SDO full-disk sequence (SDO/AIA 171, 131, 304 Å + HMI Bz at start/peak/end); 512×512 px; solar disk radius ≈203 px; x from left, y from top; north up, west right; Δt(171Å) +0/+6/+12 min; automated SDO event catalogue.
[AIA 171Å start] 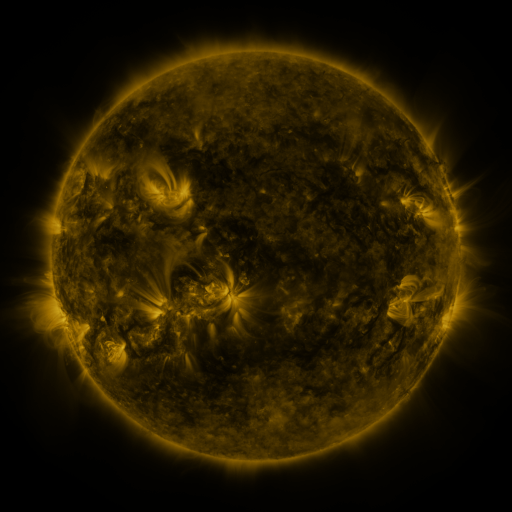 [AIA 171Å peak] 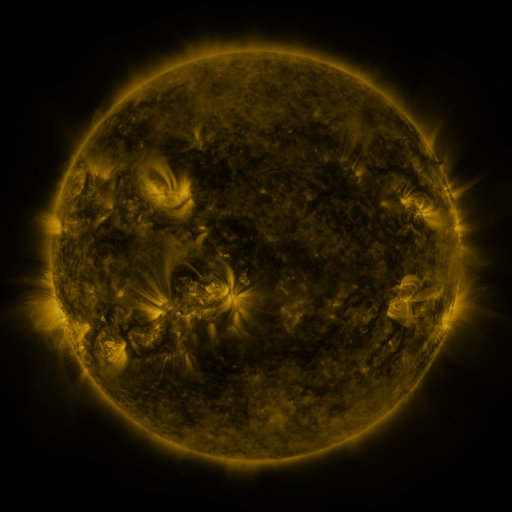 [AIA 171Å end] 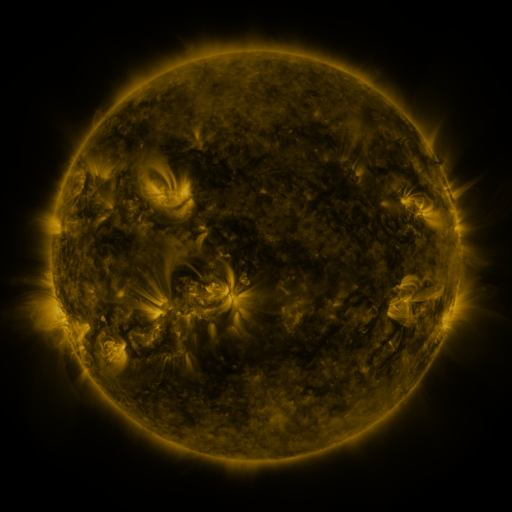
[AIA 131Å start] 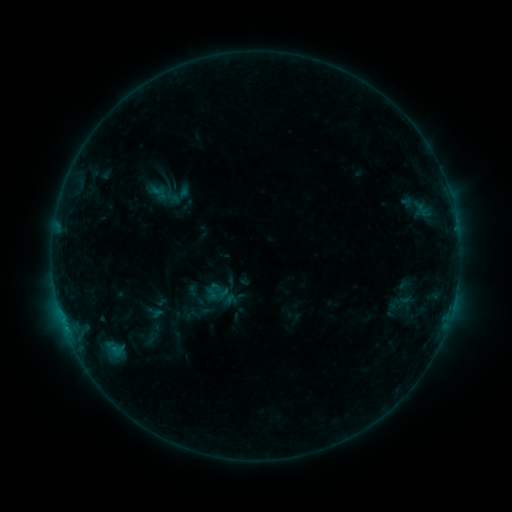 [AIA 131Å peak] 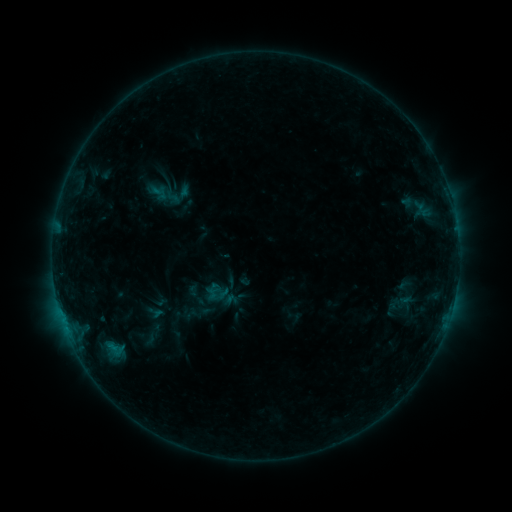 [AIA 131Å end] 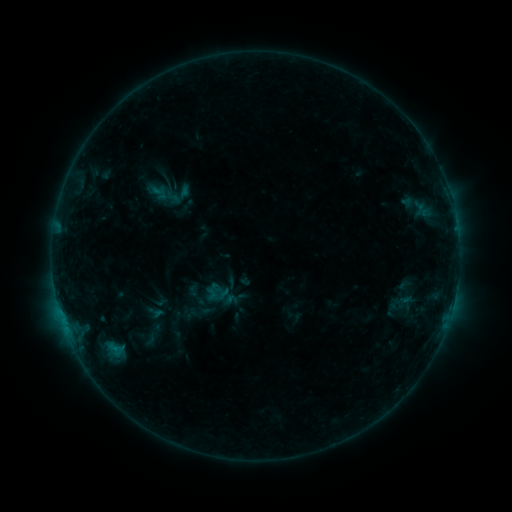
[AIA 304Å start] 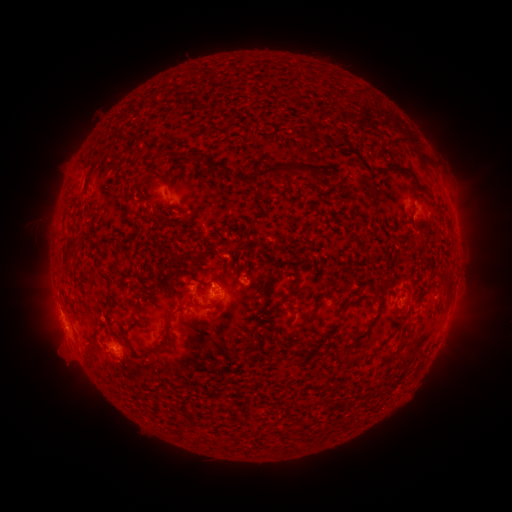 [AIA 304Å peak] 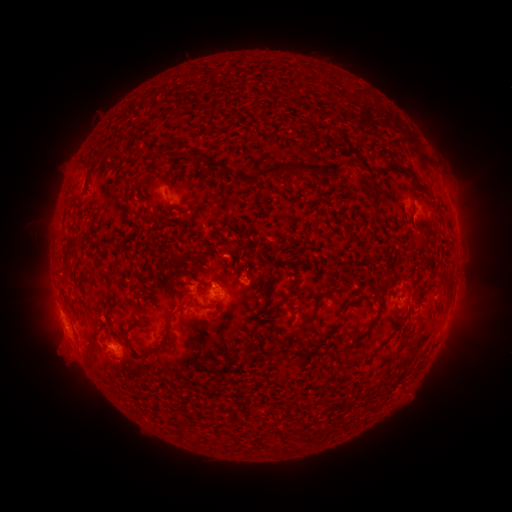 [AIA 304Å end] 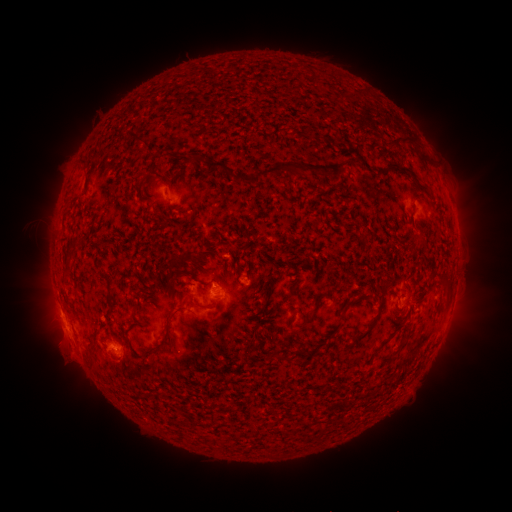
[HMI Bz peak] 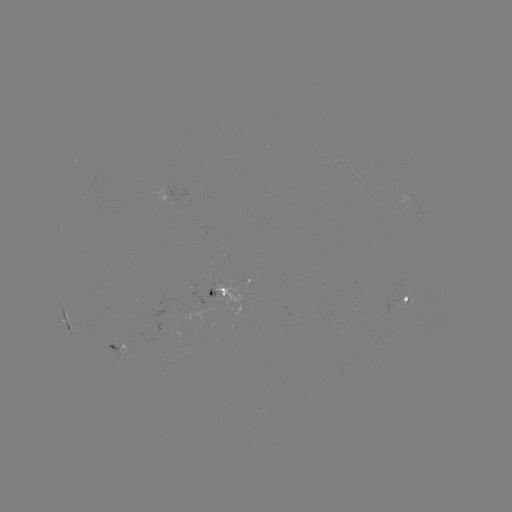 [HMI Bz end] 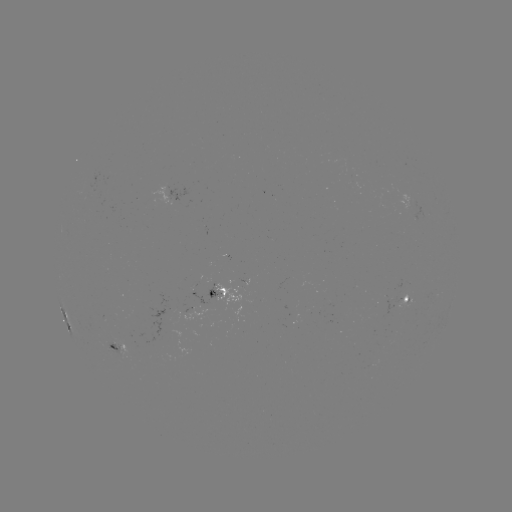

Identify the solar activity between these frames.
eruption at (60, 359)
